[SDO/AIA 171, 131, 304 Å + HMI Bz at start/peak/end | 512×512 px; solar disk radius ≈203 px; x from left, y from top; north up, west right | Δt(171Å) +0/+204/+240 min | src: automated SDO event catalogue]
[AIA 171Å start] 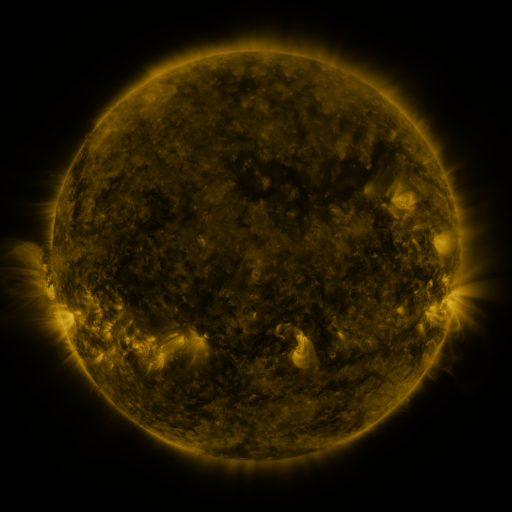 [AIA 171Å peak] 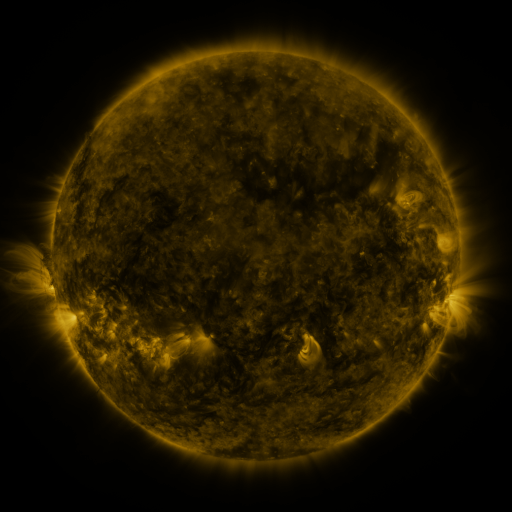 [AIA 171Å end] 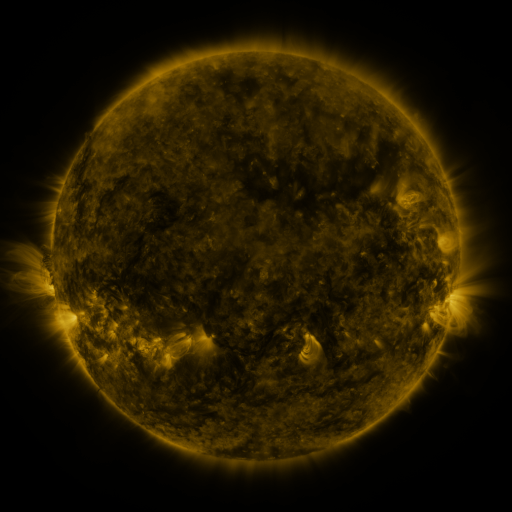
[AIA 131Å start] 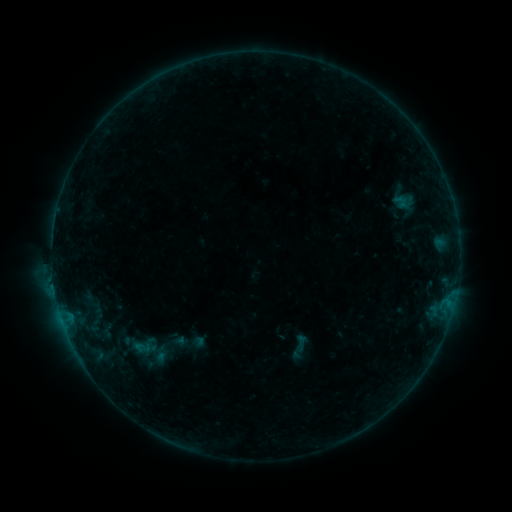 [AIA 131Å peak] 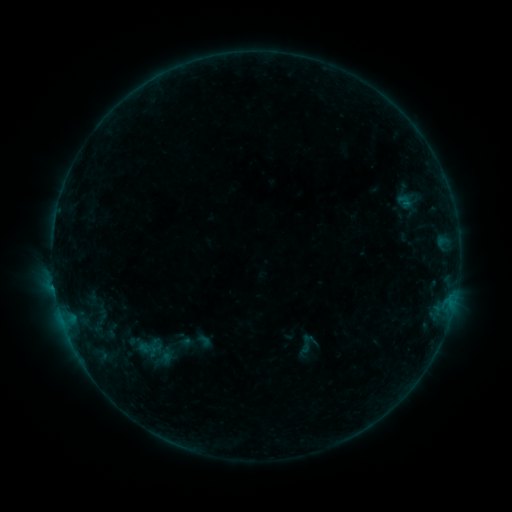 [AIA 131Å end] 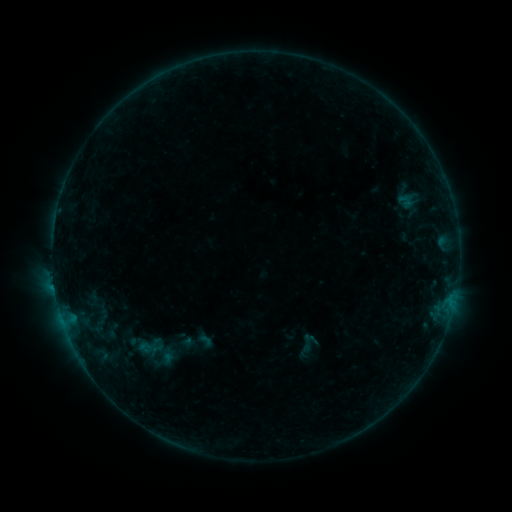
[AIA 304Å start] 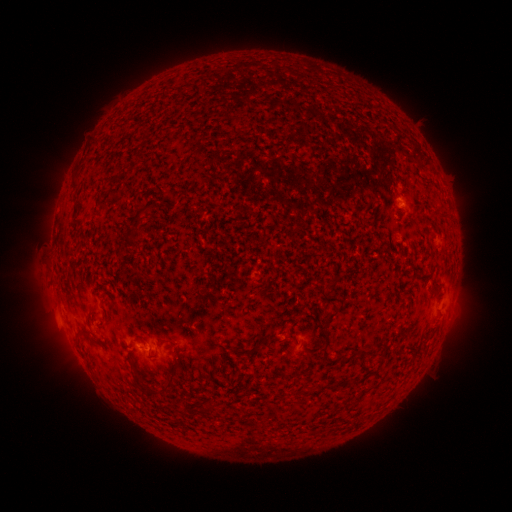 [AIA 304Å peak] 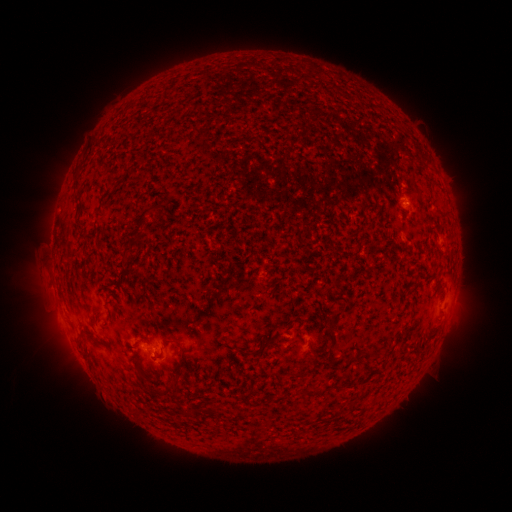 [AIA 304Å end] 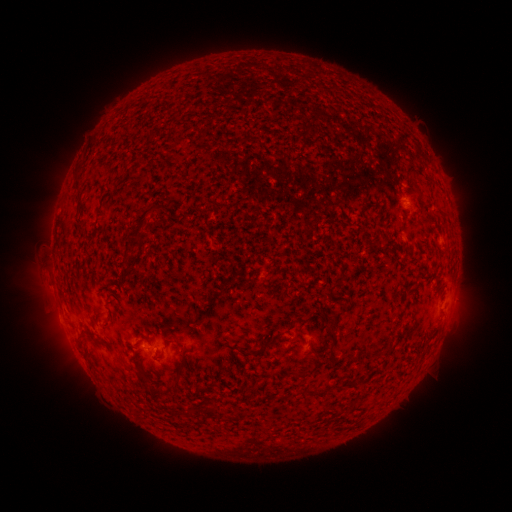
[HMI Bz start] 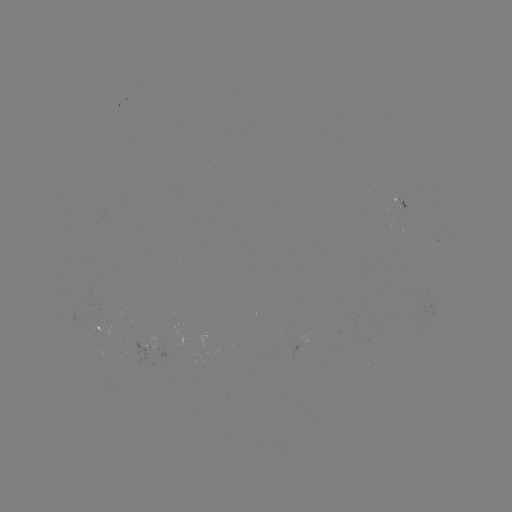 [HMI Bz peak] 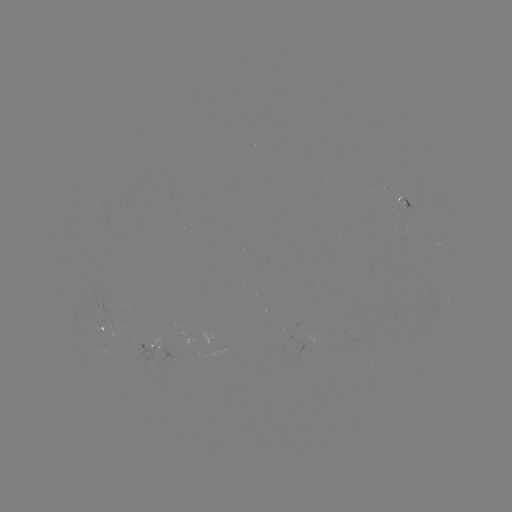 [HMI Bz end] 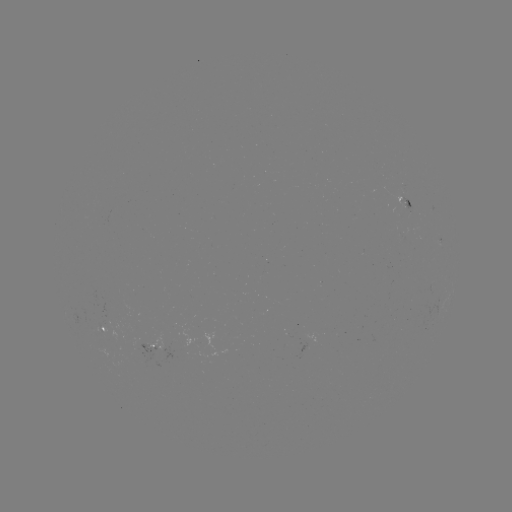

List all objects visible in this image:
emerging-flux region: (407, 210)
